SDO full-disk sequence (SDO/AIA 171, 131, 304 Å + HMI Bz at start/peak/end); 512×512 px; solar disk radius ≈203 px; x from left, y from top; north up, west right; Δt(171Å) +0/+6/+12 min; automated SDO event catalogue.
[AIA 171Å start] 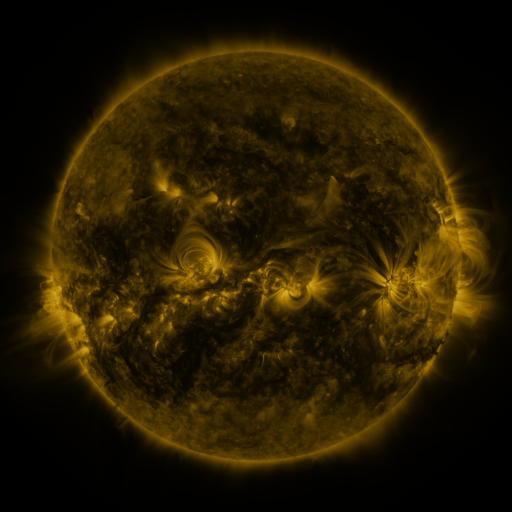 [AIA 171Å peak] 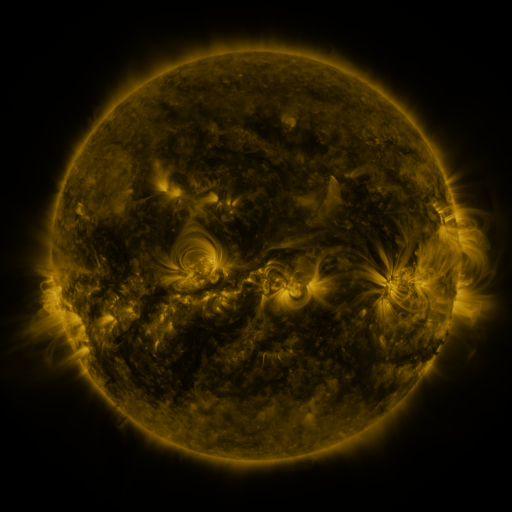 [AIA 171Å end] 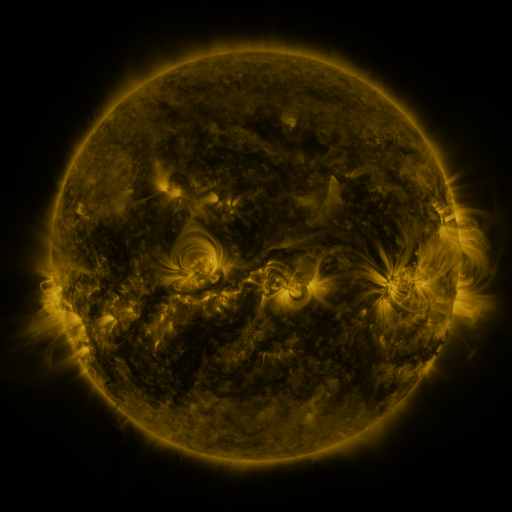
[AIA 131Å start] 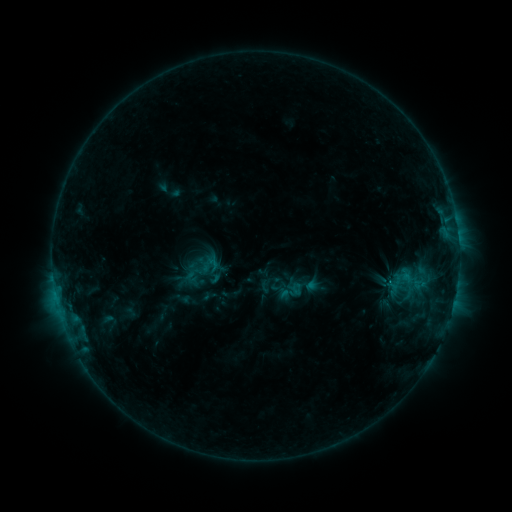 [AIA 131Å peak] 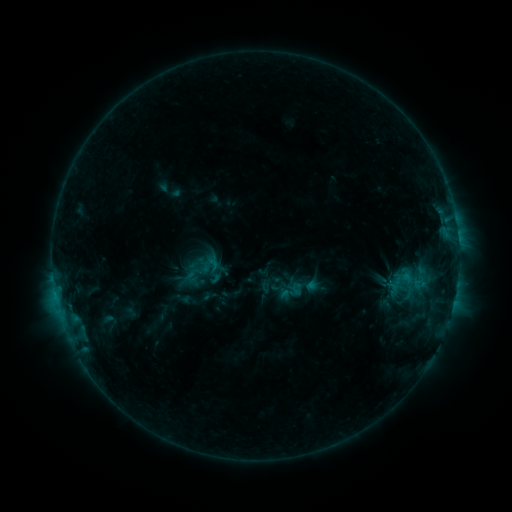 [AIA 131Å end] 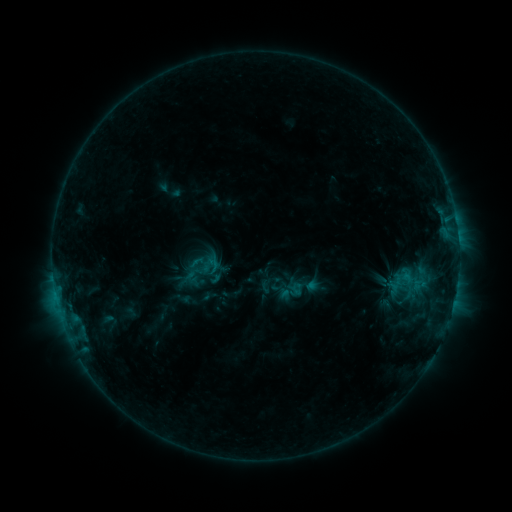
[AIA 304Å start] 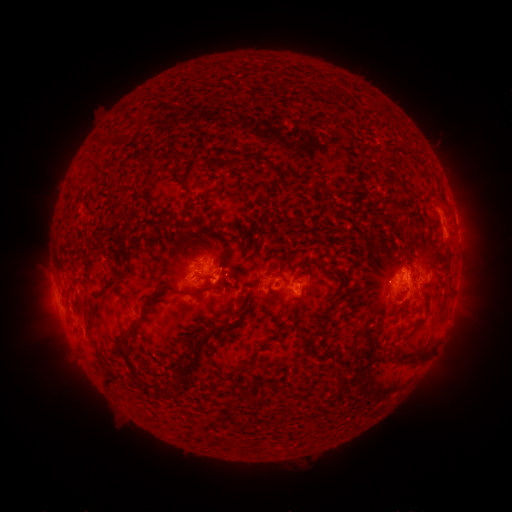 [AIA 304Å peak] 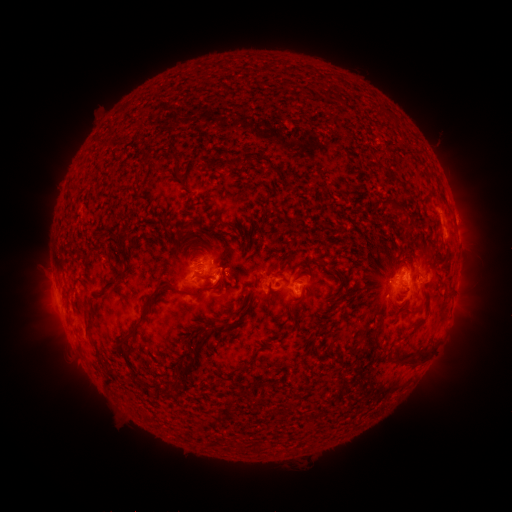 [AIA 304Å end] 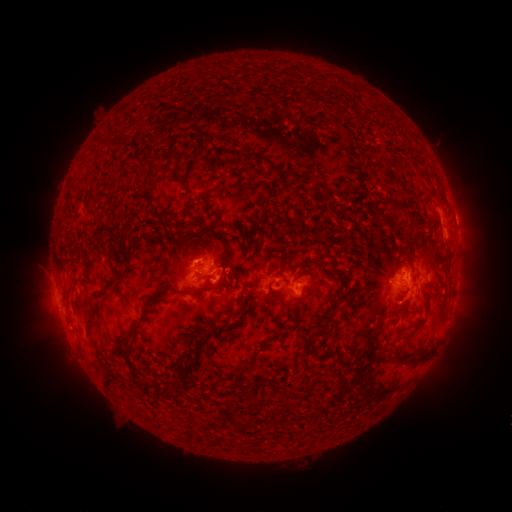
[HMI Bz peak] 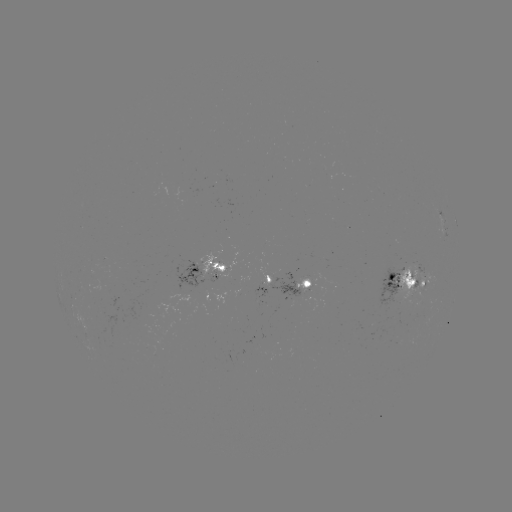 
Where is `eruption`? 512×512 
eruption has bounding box [169, 225, 222, 274].